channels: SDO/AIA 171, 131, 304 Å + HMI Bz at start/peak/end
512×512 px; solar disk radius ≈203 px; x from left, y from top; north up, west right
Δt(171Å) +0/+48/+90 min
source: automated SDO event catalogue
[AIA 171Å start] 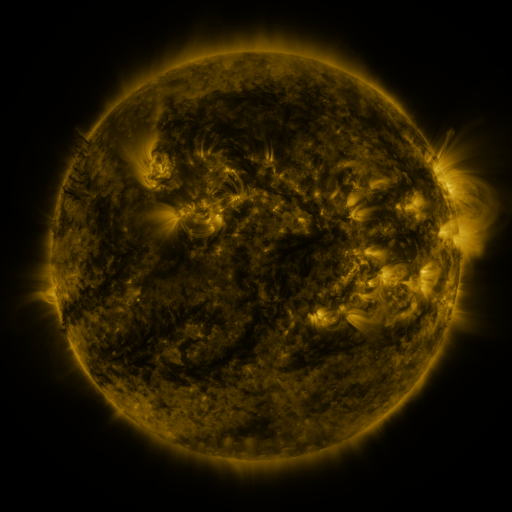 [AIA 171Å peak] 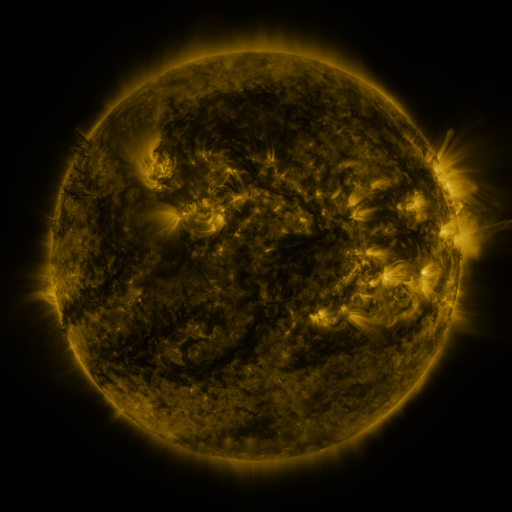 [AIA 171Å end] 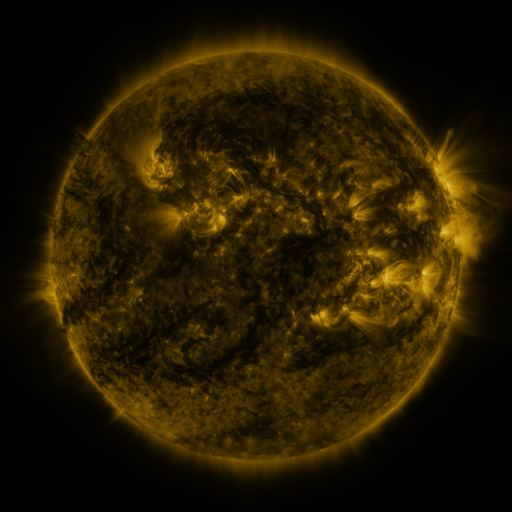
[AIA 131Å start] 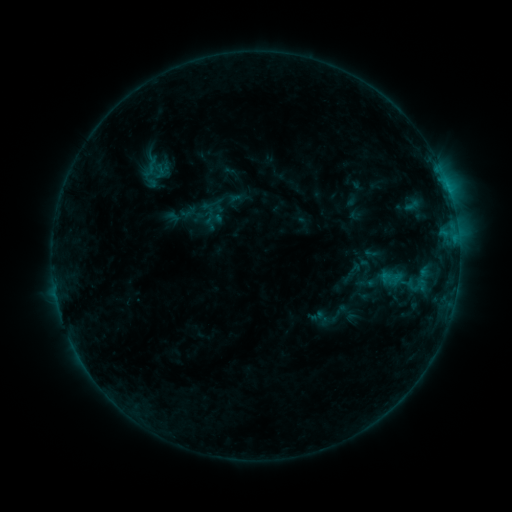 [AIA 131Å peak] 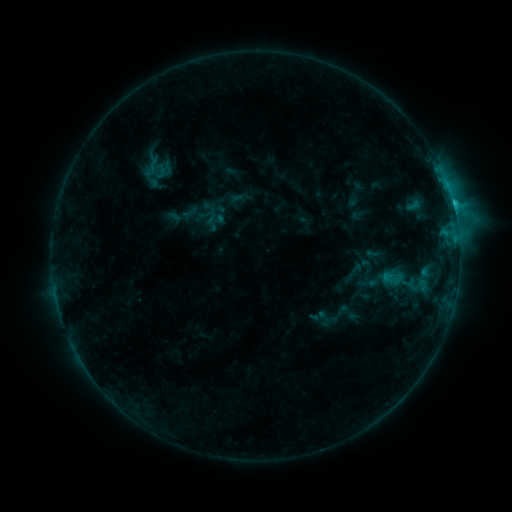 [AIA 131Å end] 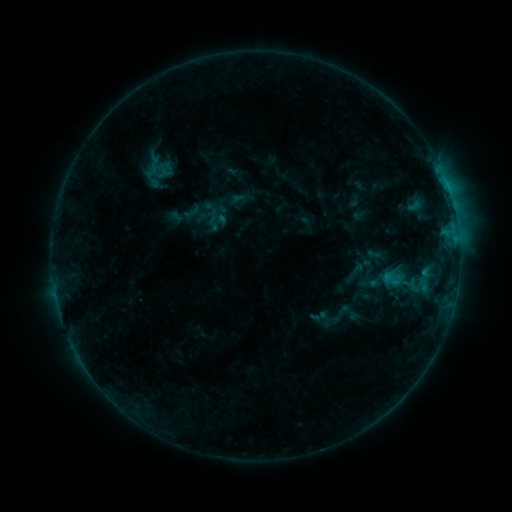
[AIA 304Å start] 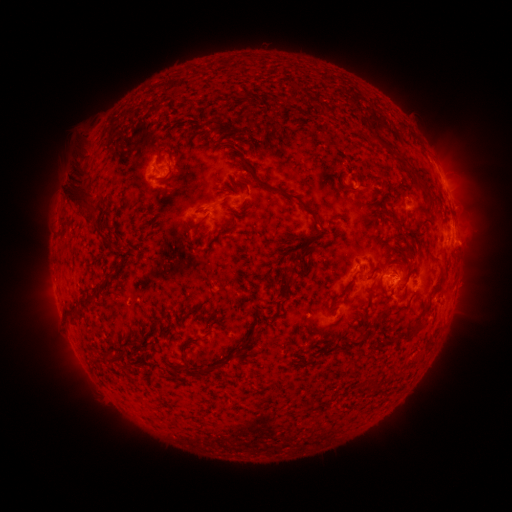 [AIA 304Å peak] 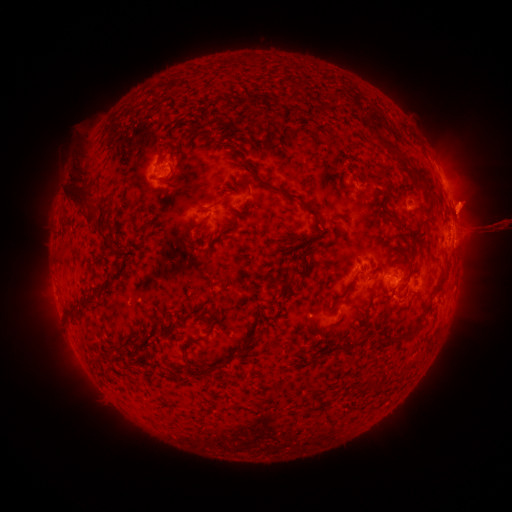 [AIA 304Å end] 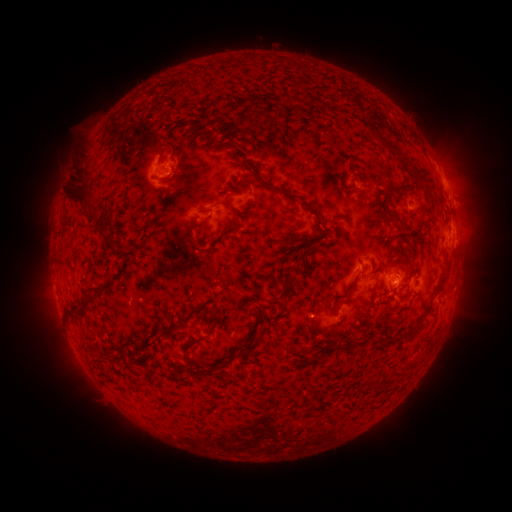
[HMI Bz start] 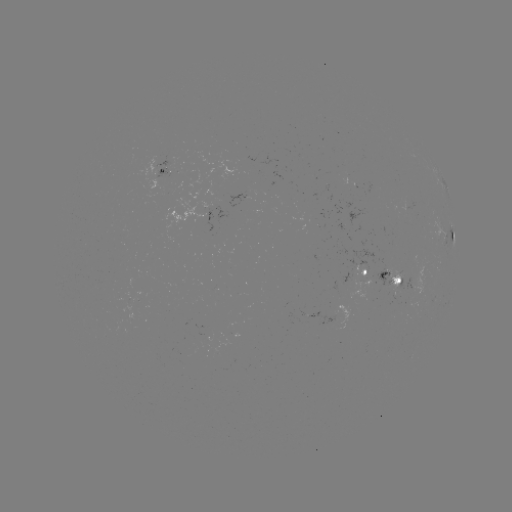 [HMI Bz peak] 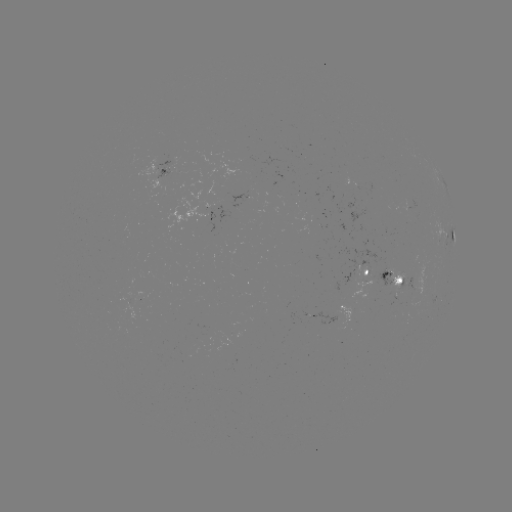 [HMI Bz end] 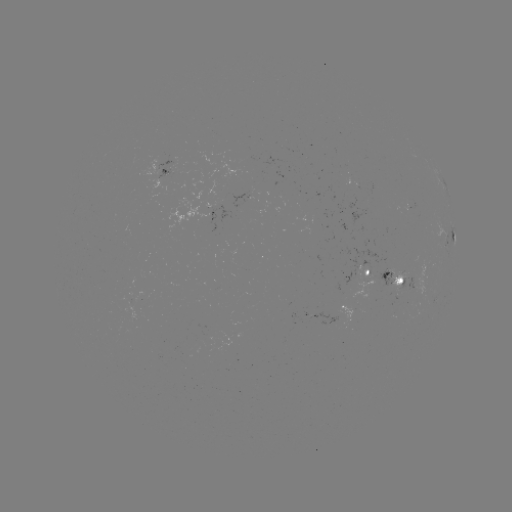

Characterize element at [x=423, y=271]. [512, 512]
C1.9 flare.